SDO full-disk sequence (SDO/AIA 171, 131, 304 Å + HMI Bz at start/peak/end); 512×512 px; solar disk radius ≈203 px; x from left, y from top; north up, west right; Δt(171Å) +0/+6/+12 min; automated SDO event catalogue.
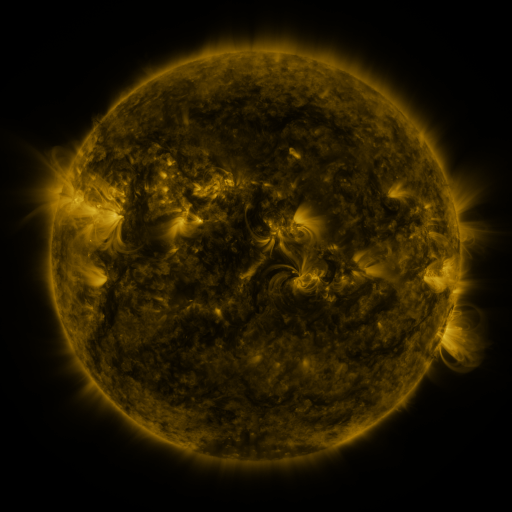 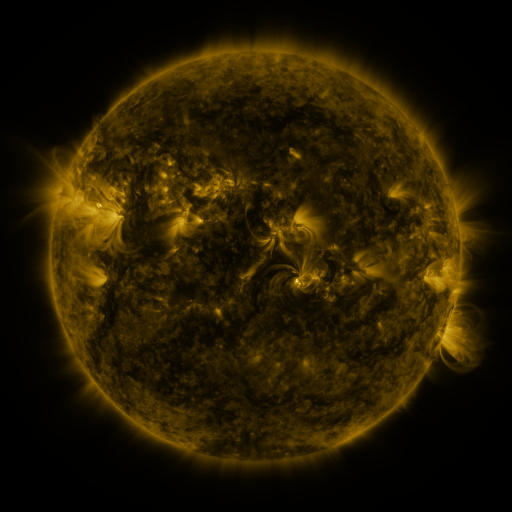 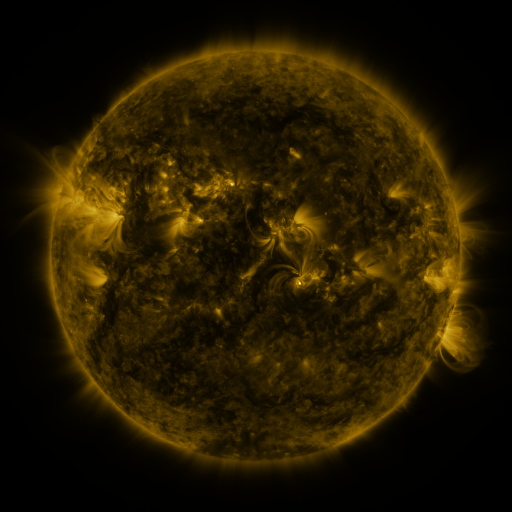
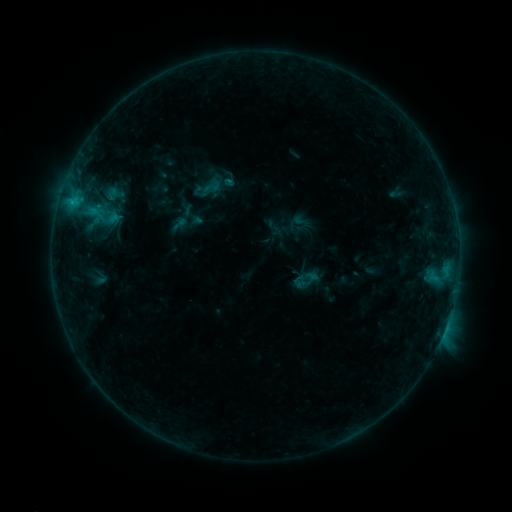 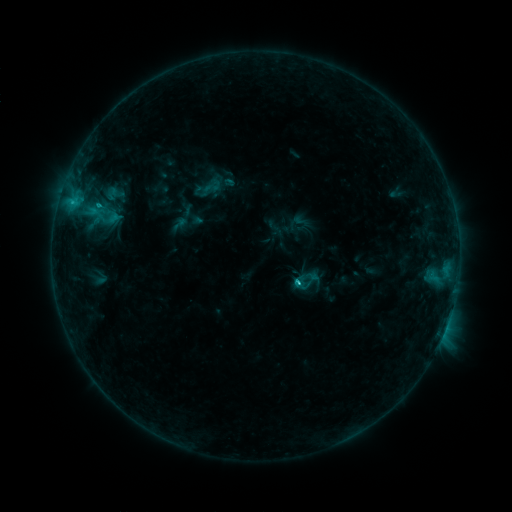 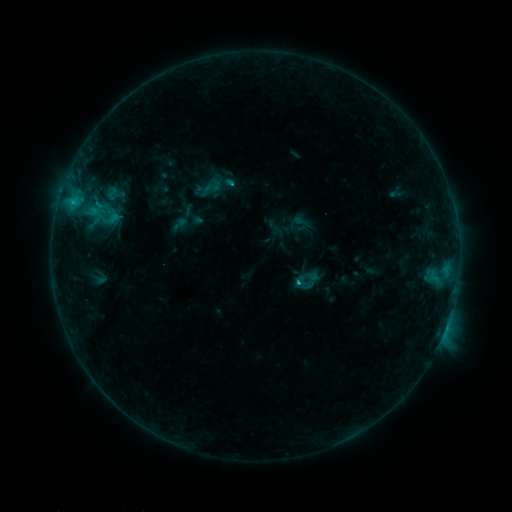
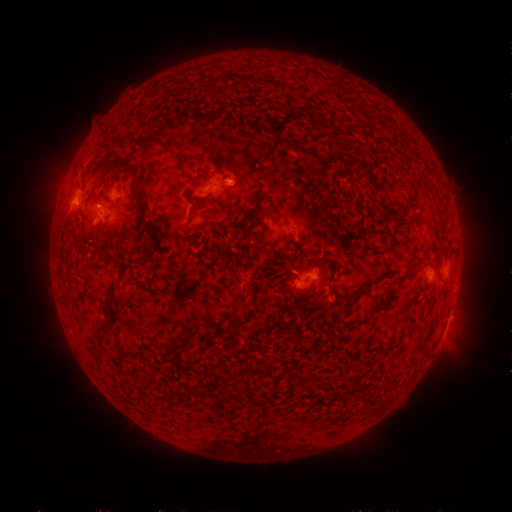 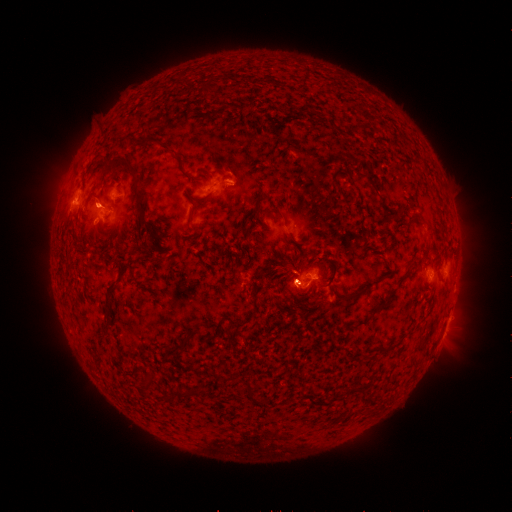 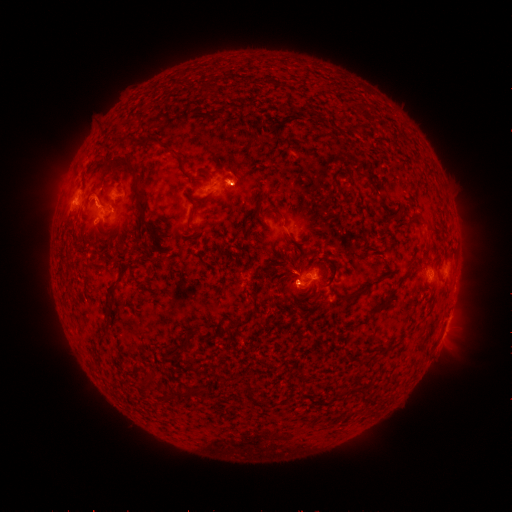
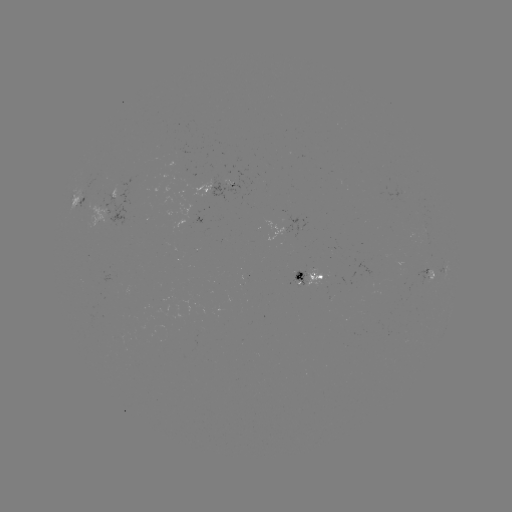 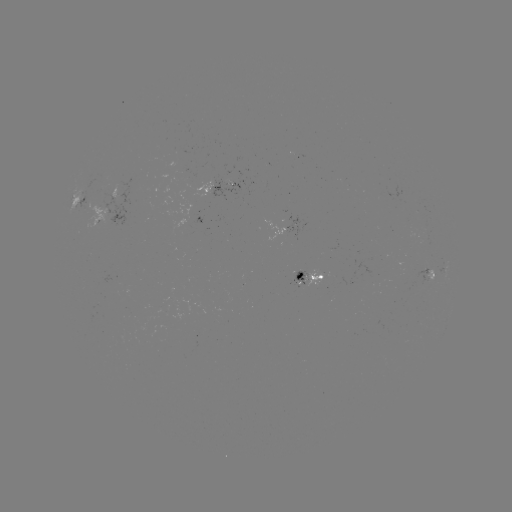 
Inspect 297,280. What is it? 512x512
C1.5 flare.